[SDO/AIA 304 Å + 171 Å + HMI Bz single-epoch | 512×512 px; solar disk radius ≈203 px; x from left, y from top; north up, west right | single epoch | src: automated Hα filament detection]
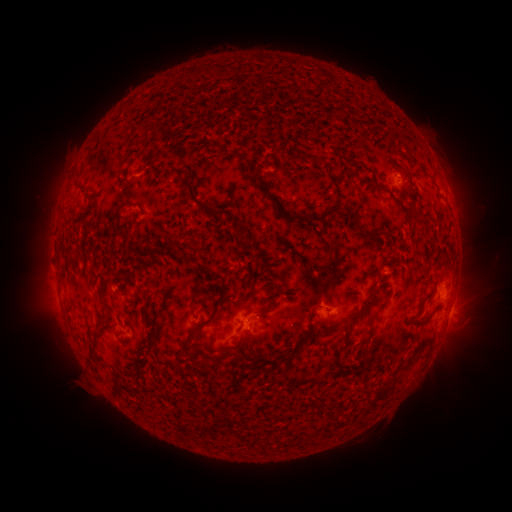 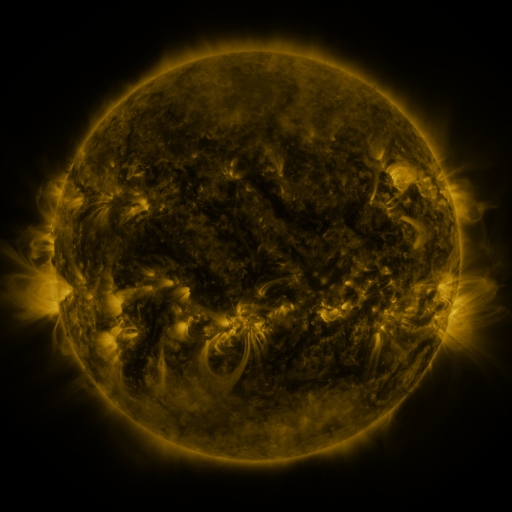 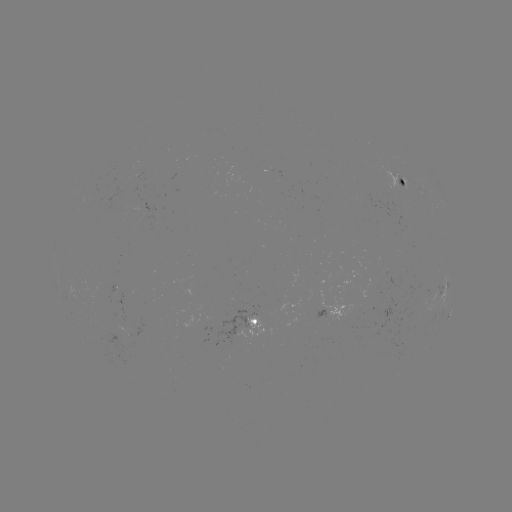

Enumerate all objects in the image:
filament: (192, 72)
filament: (256, 179)
filament: (380, 186)
filament: (74, 189)
filament: (192, 197)
filament: (272, 199)
filament: (122, 208)
filament: (324, 213)
filament: (296, 215)
filament: (241, 233)
filament: (195, 250)
filament: (384, 275)
filament: (103, 284)
filament: (274, 302)
filament: (419, 310)
filament: (214, 316)
filament: (317, 333)
filament: (92, 355)
filament: (285, 358)
filament: (367, 379)
